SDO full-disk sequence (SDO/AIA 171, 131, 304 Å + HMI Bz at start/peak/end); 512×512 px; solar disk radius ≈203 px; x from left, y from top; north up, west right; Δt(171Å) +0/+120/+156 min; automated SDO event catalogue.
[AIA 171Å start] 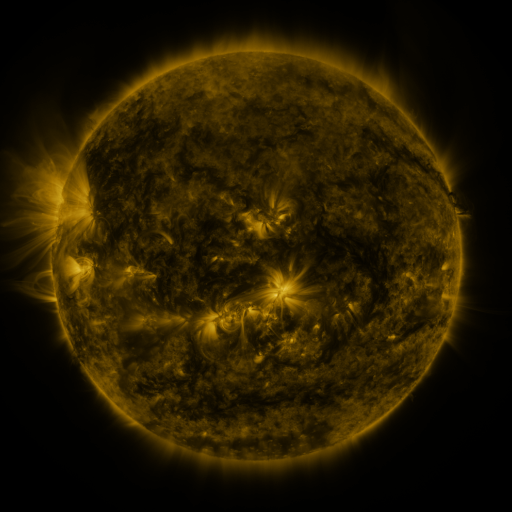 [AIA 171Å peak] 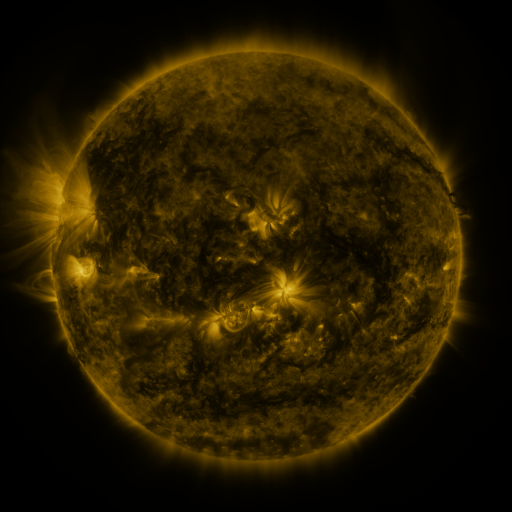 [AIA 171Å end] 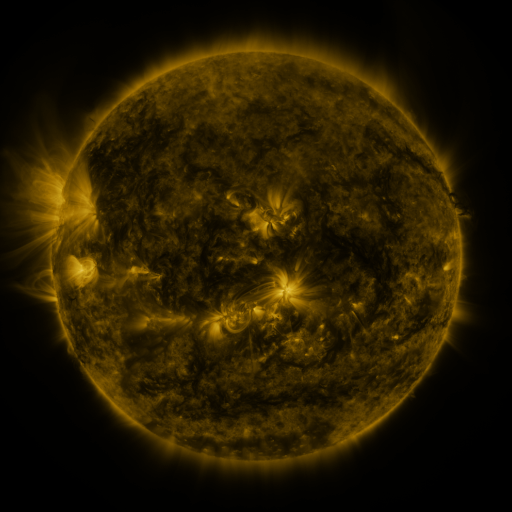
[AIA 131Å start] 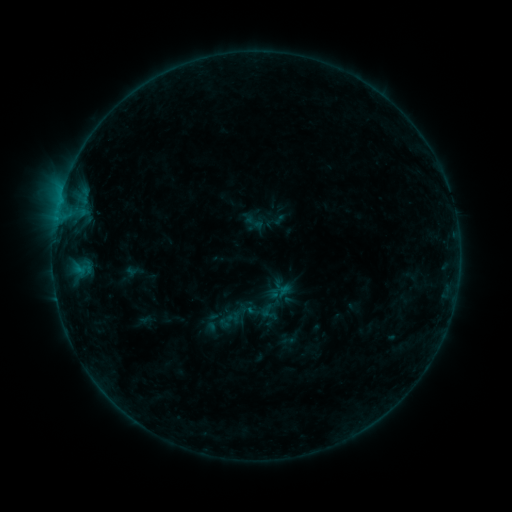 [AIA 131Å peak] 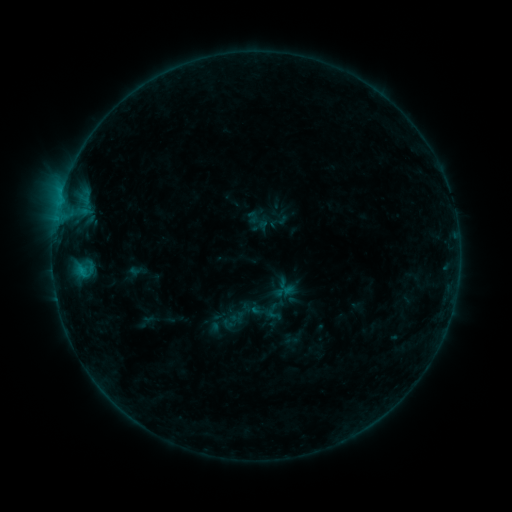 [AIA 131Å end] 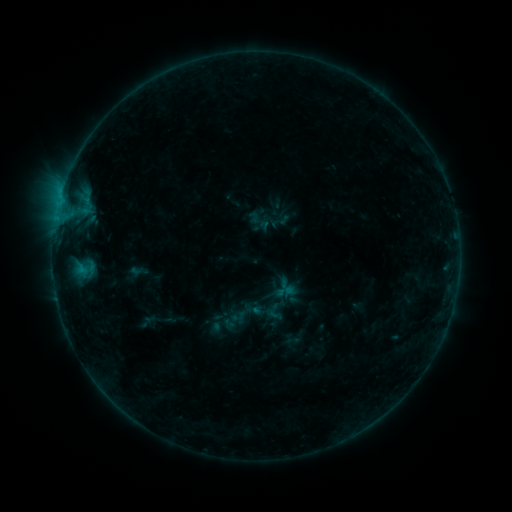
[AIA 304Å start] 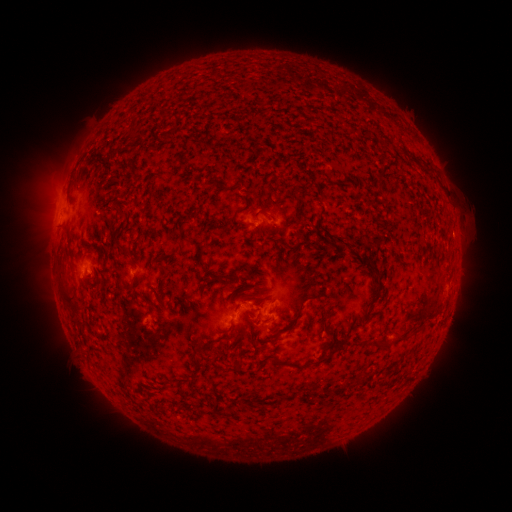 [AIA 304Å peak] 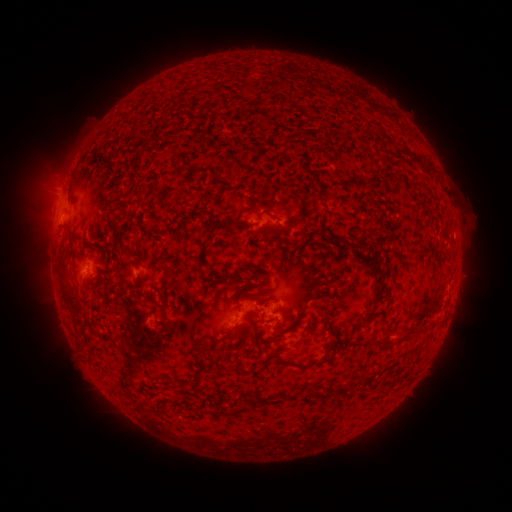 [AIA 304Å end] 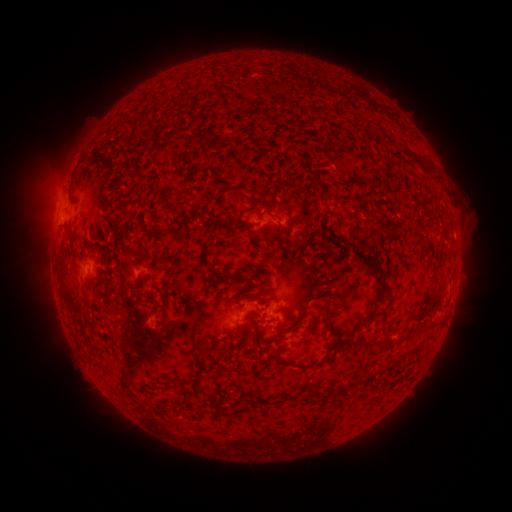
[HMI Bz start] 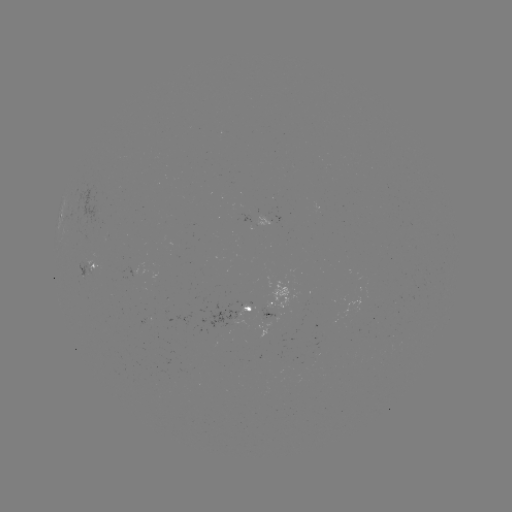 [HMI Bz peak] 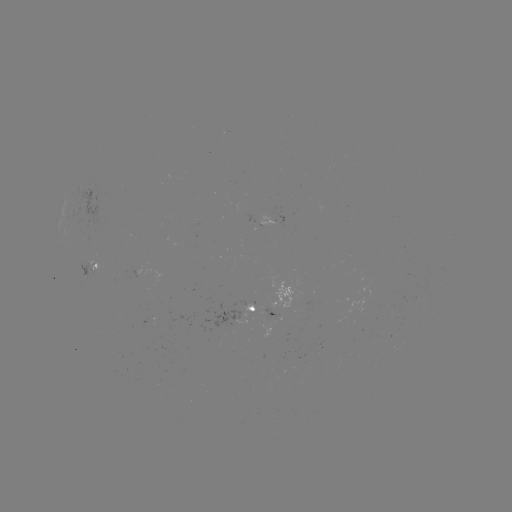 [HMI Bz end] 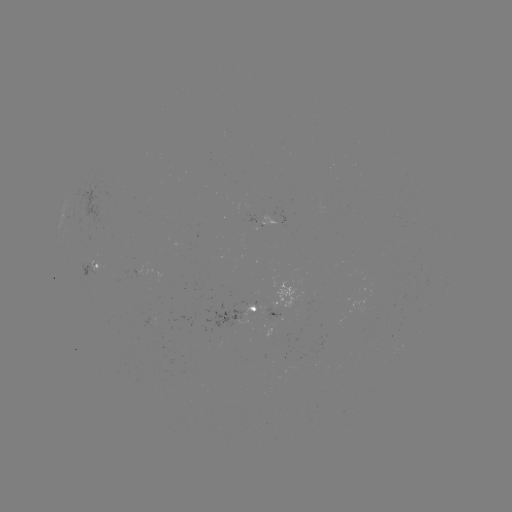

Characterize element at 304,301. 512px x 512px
emerging-flux region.